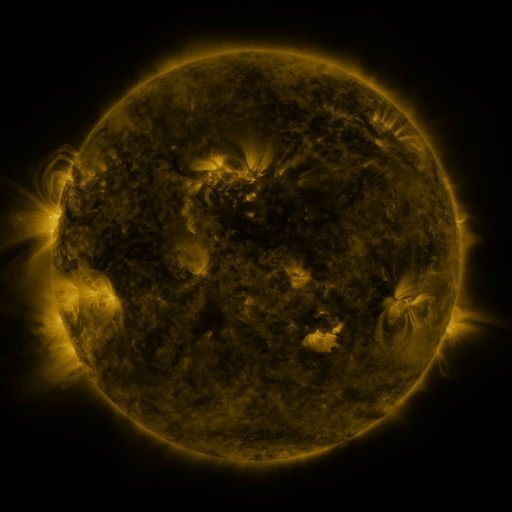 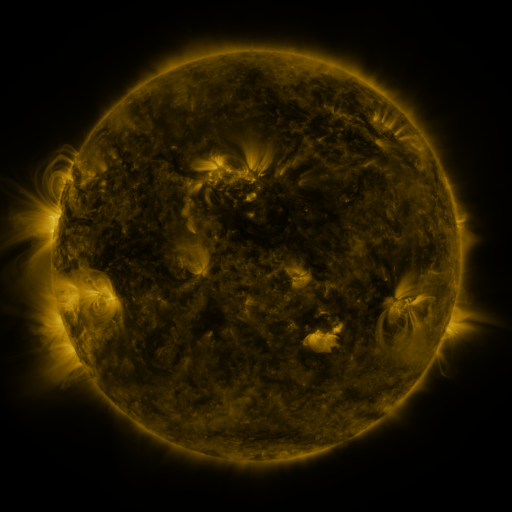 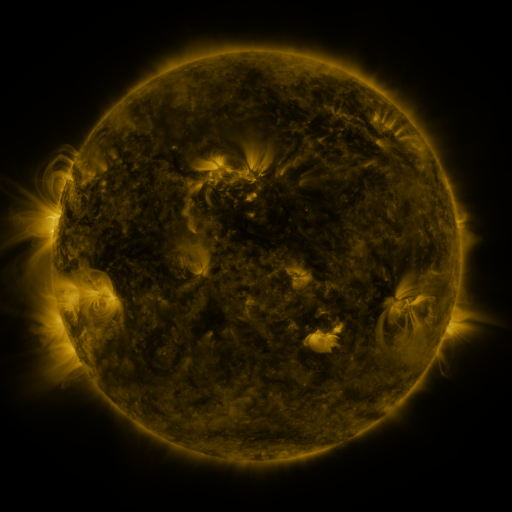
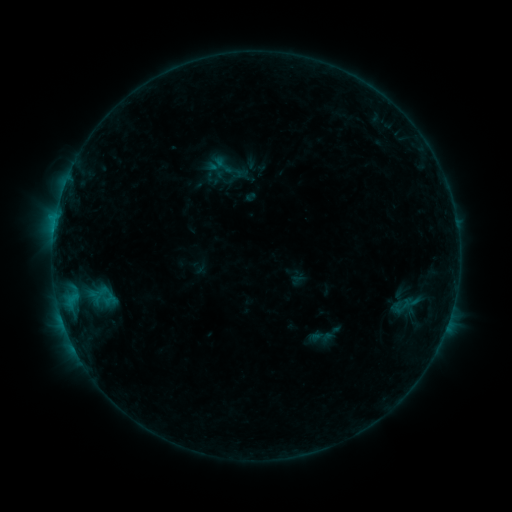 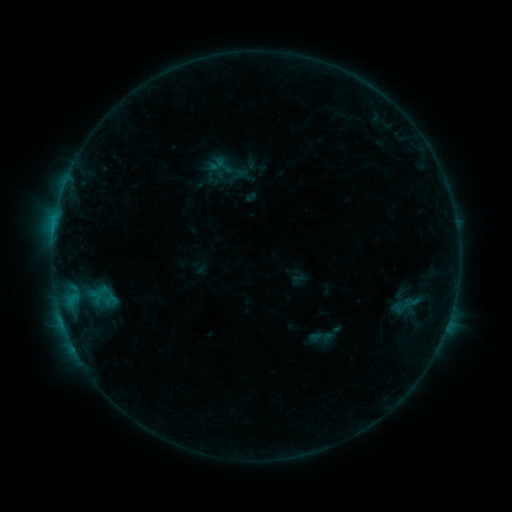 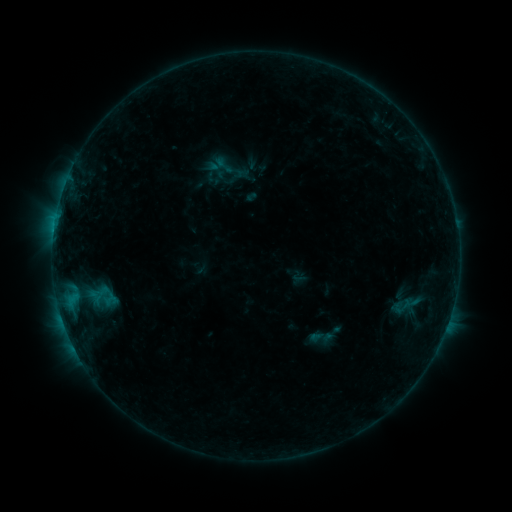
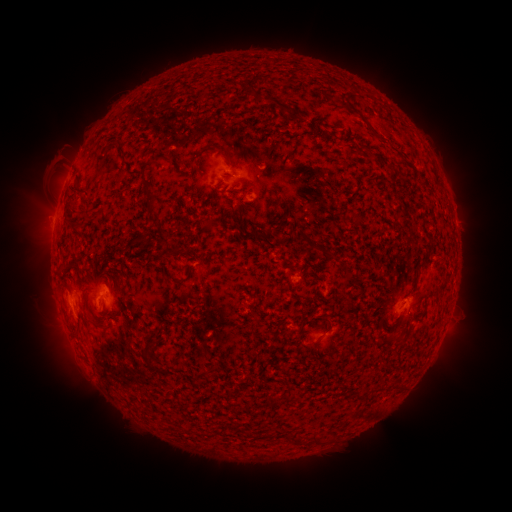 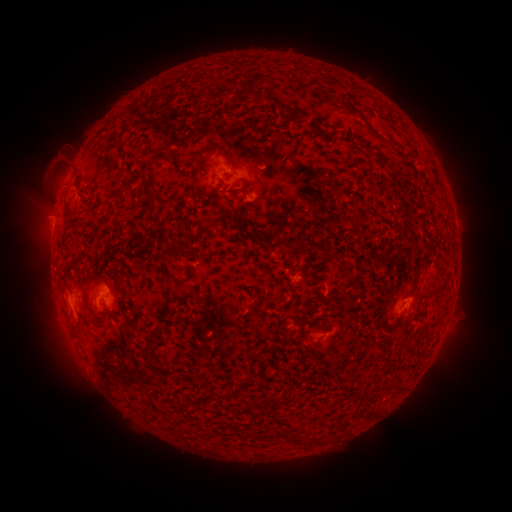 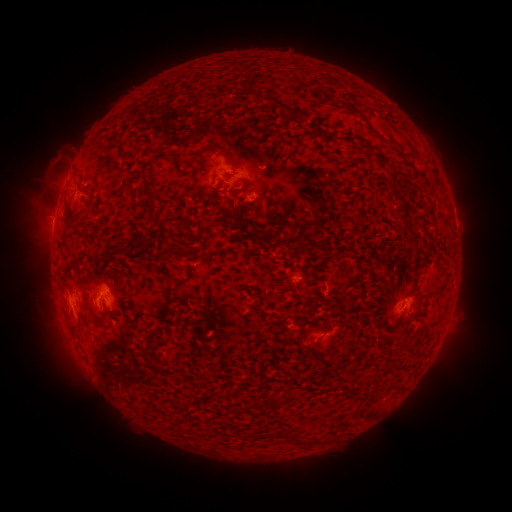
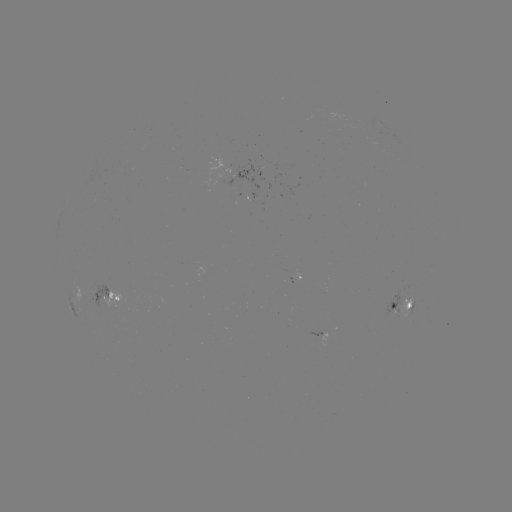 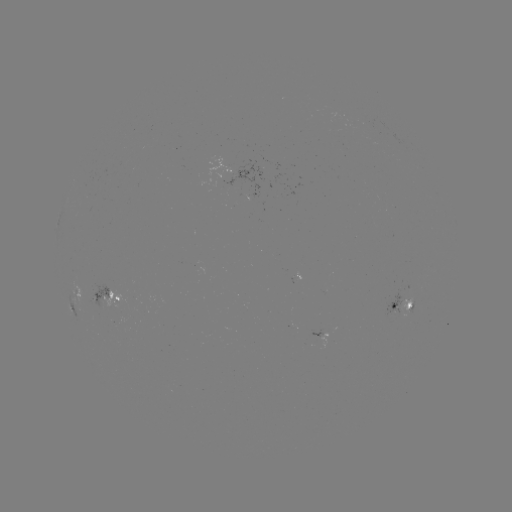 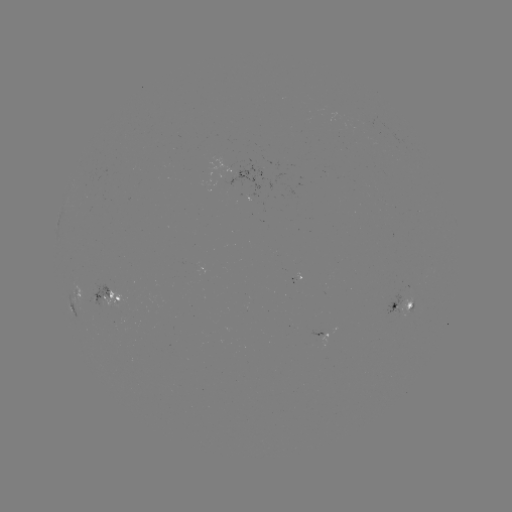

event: eruption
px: (63, 198)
